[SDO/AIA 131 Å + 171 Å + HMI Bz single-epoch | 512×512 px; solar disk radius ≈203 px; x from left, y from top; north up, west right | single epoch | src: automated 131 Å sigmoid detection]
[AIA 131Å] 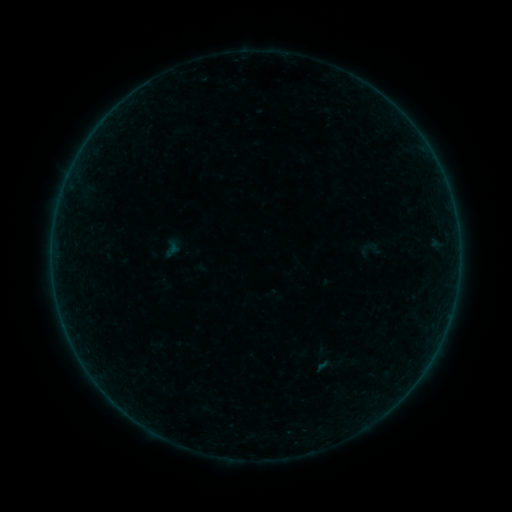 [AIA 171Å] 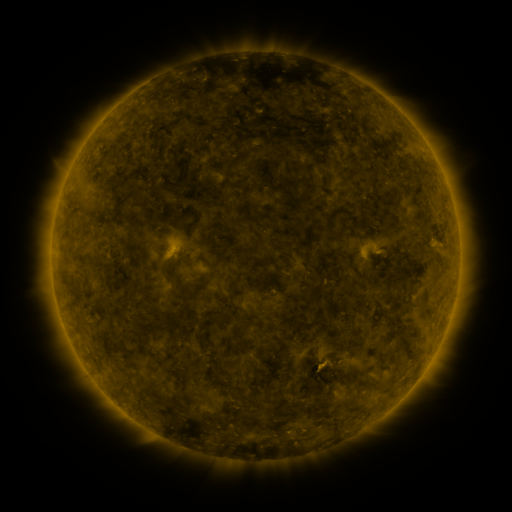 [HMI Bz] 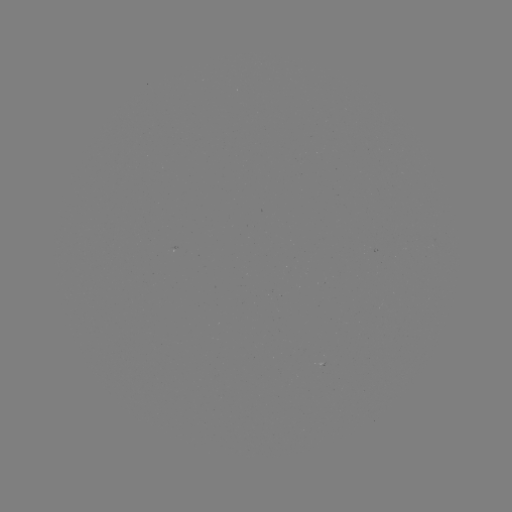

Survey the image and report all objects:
sigmoid: (370, 250)
